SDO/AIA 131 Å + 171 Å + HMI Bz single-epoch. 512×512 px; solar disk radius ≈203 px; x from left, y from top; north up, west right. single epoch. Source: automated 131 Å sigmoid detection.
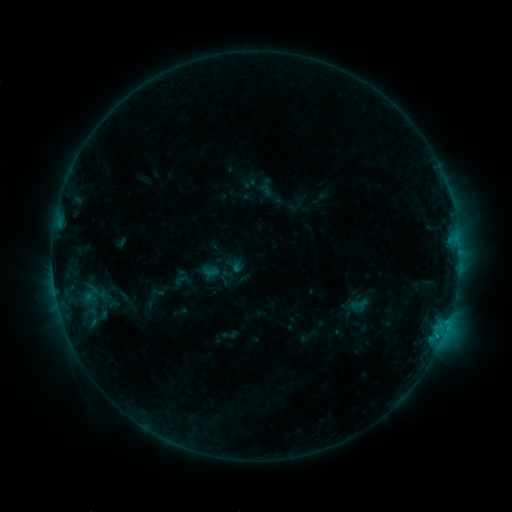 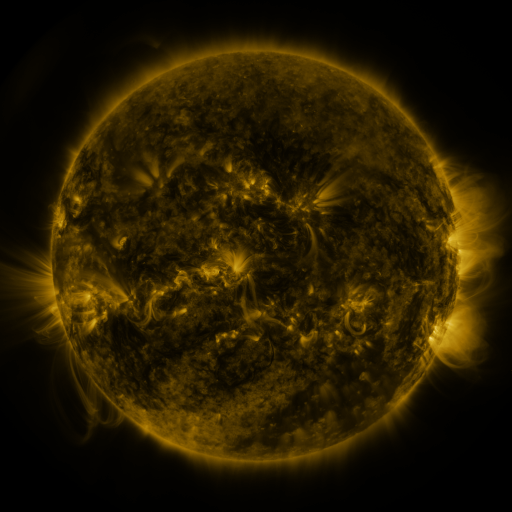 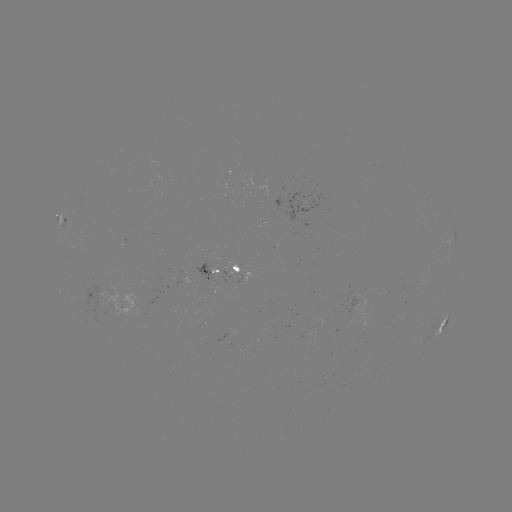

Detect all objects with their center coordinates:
sigmoid: <bbox>172, 268, 191, 286</bbox>
sigmoid: <bbox>202, 276, 222, 294</bbox>
